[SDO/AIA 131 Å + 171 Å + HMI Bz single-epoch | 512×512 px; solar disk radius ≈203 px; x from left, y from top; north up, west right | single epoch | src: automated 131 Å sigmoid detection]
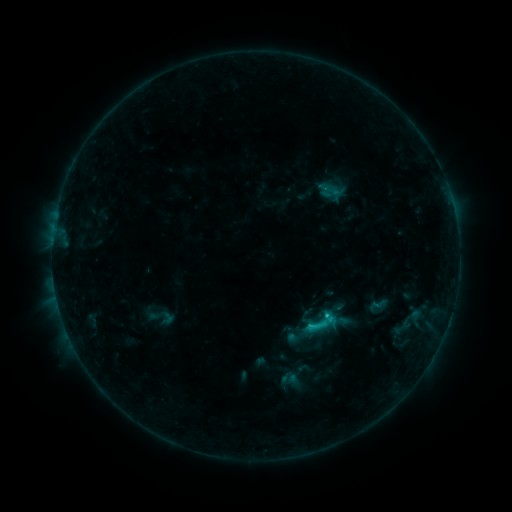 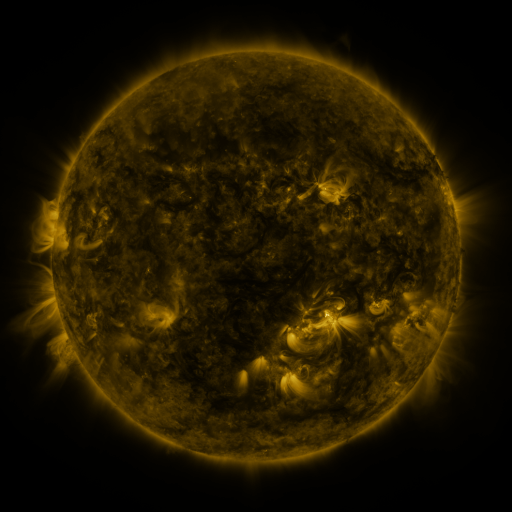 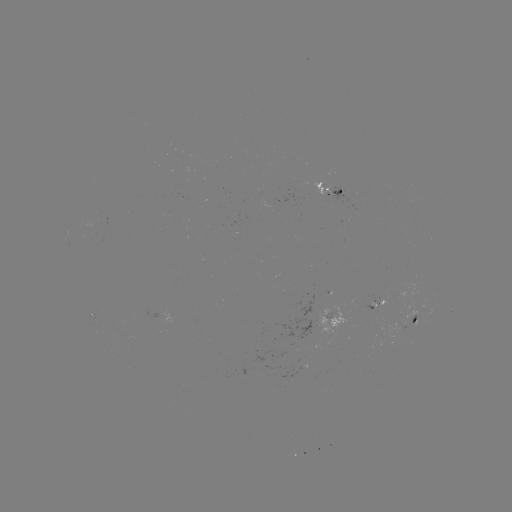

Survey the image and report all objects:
sigmoid: (303, 304, 340, 341)
